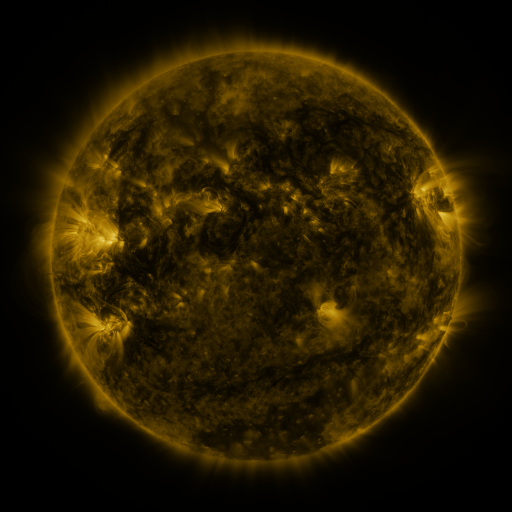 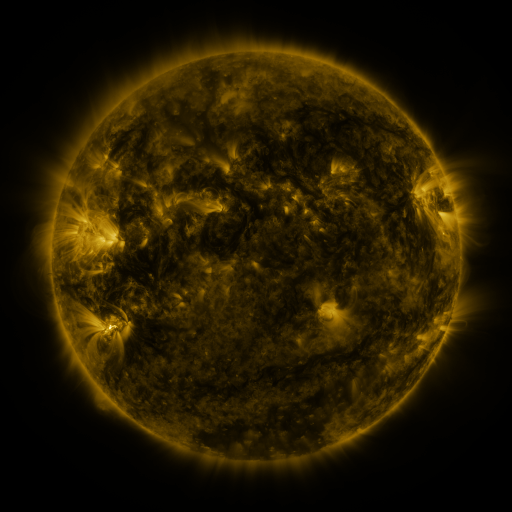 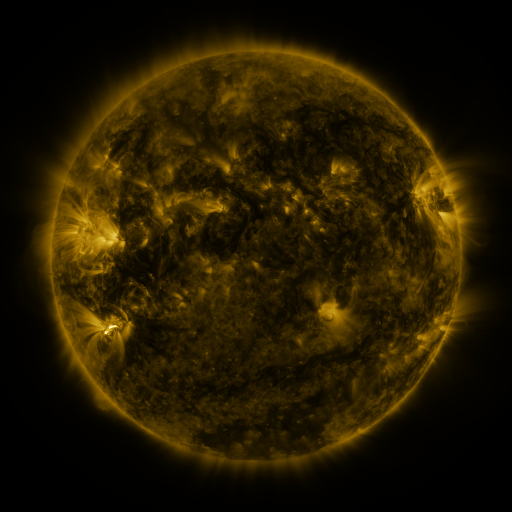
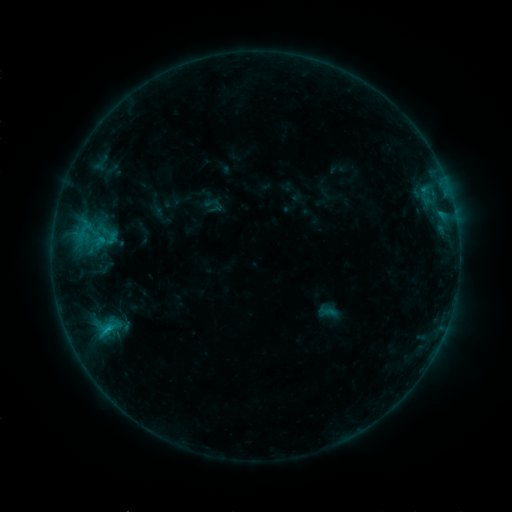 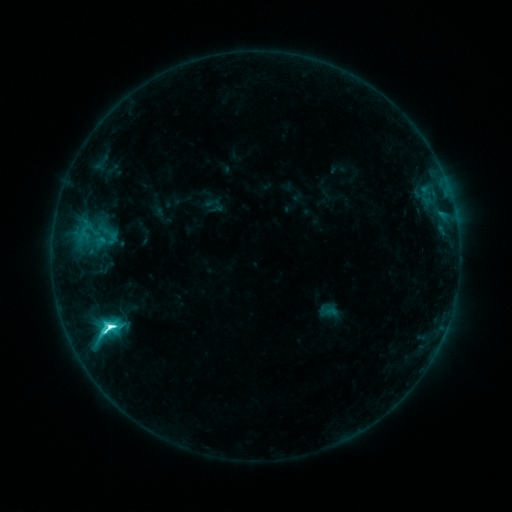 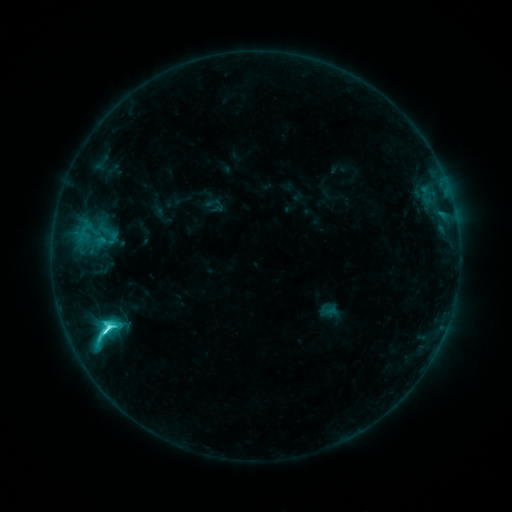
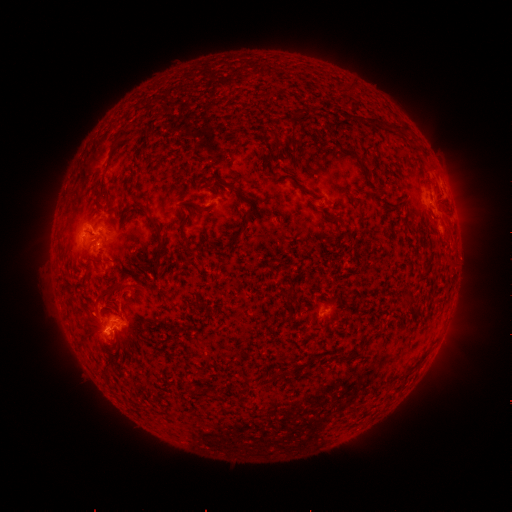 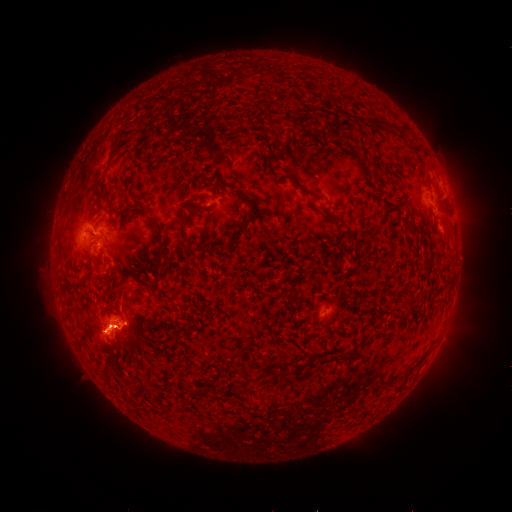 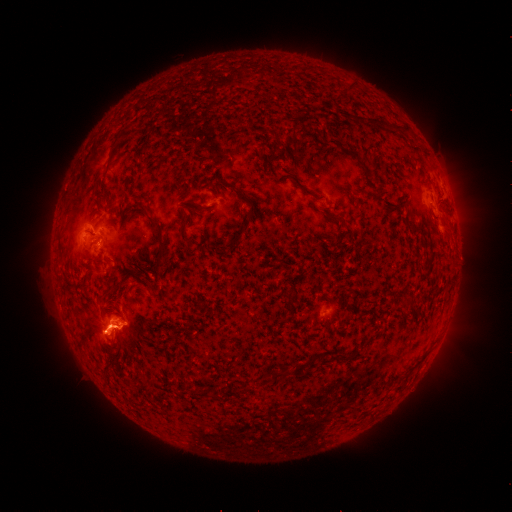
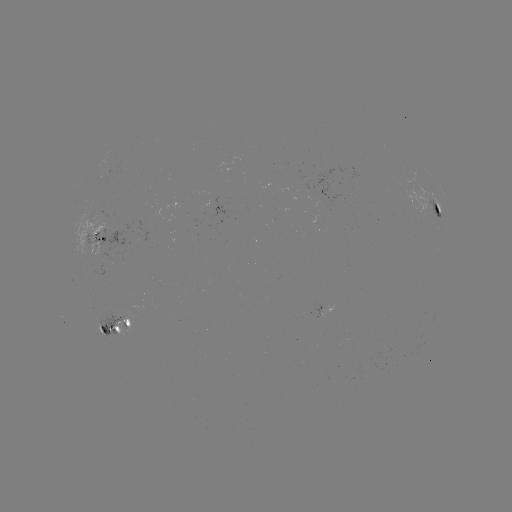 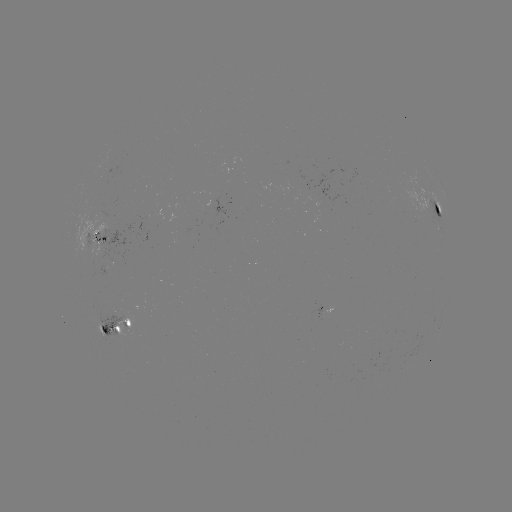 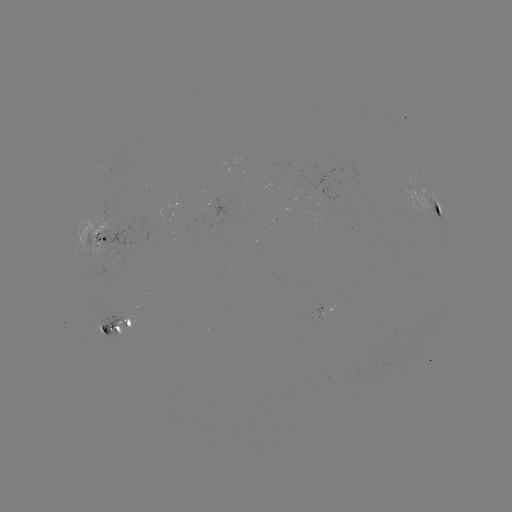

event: flare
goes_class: M1.1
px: (110, 324)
